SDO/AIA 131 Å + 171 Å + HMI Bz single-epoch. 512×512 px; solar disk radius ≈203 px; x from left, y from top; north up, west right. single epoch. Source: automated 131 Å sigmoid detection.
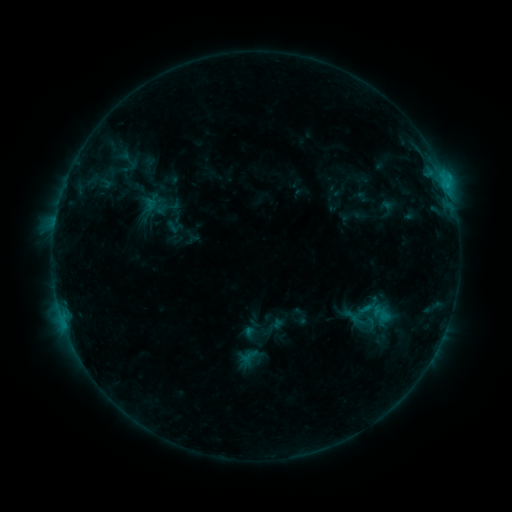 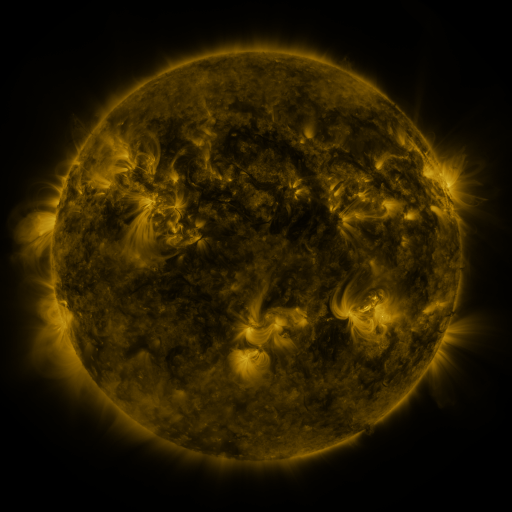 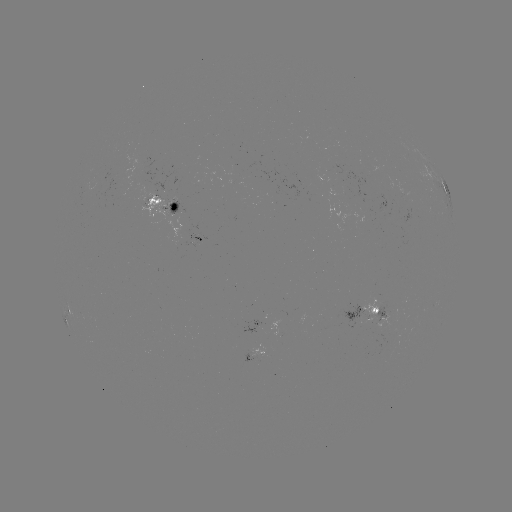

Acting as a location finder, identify sigmoid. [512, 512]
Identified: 128,159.